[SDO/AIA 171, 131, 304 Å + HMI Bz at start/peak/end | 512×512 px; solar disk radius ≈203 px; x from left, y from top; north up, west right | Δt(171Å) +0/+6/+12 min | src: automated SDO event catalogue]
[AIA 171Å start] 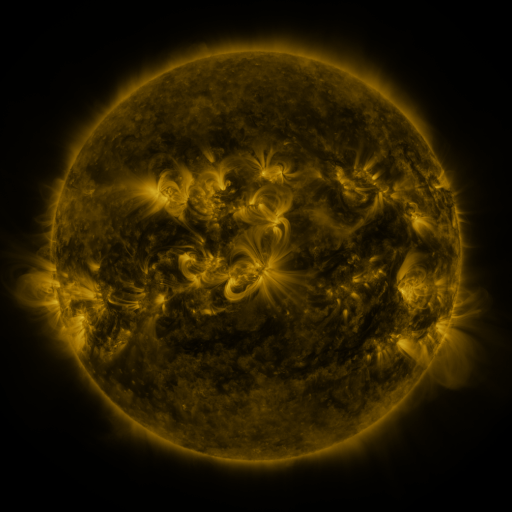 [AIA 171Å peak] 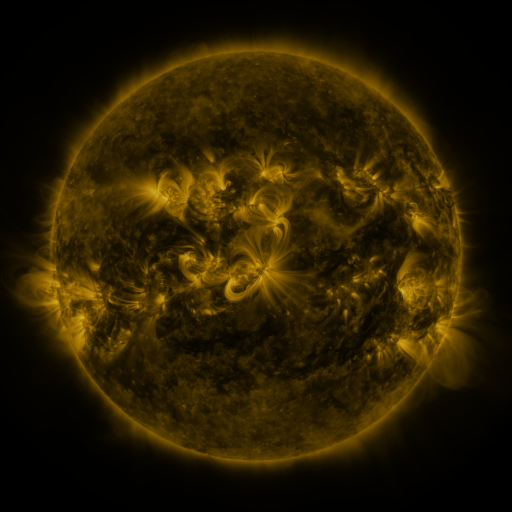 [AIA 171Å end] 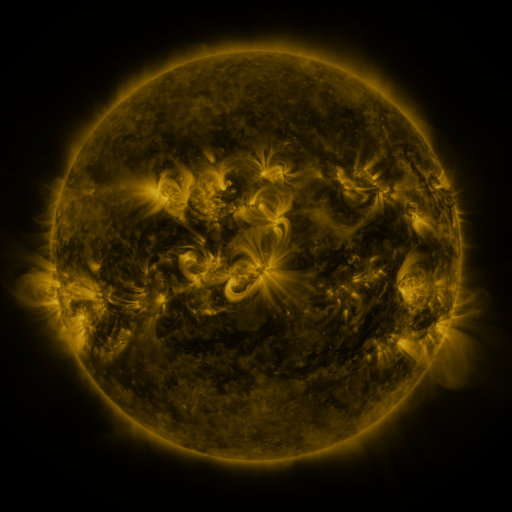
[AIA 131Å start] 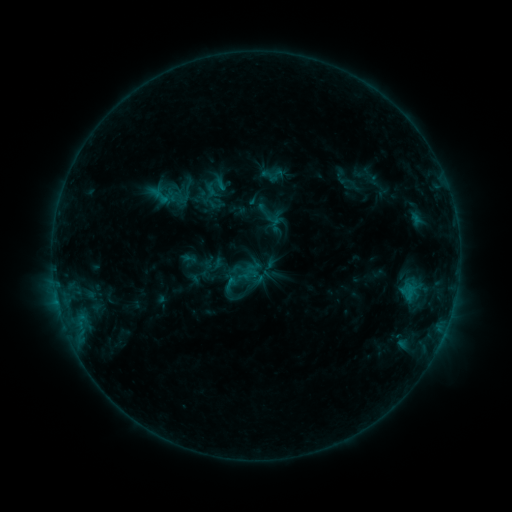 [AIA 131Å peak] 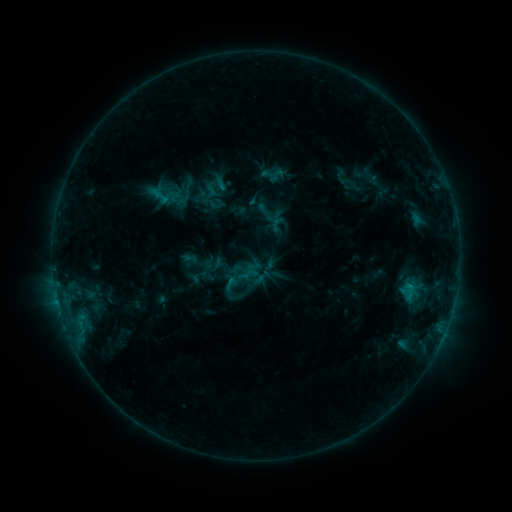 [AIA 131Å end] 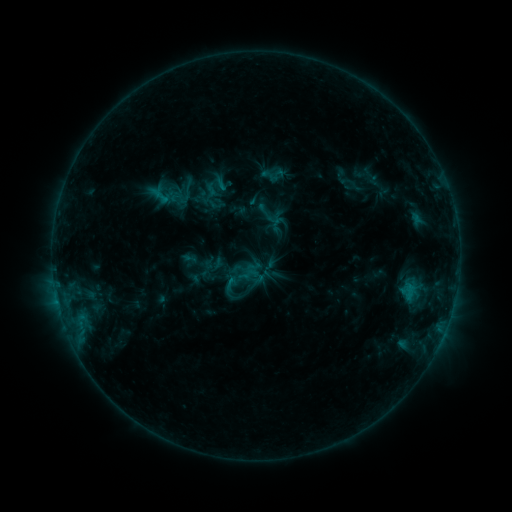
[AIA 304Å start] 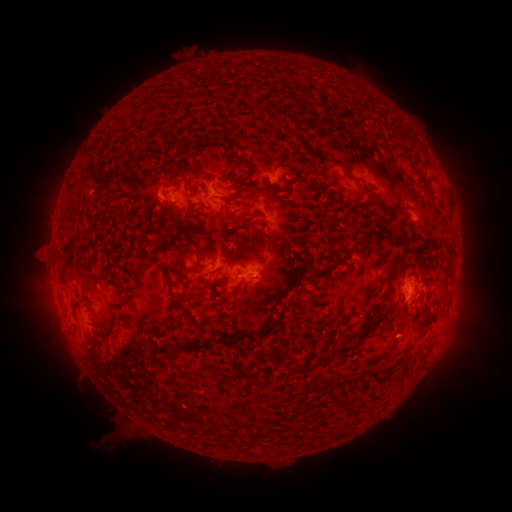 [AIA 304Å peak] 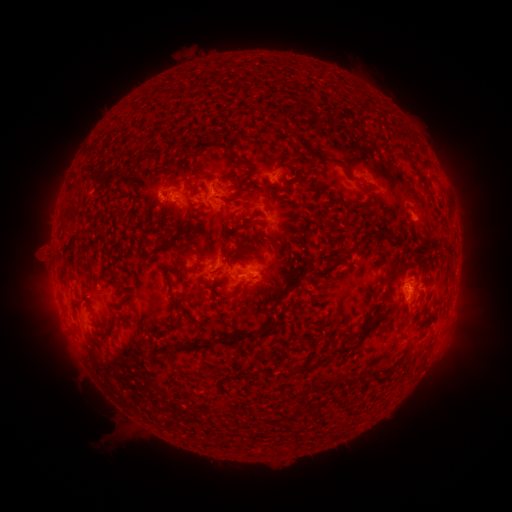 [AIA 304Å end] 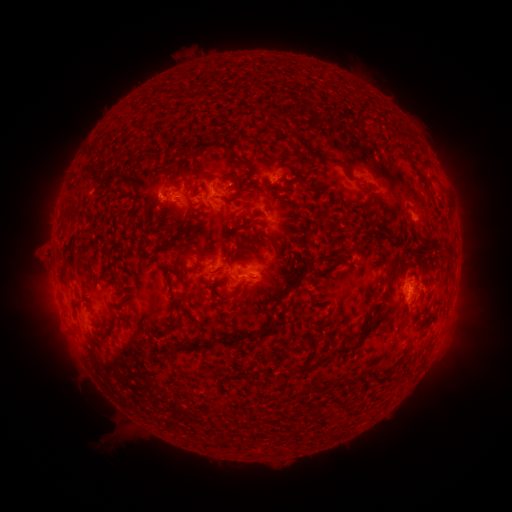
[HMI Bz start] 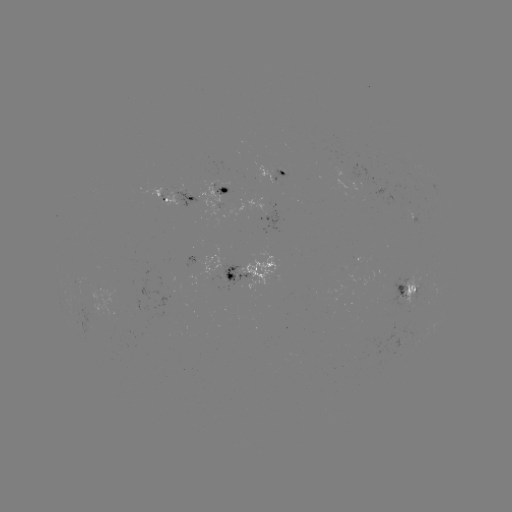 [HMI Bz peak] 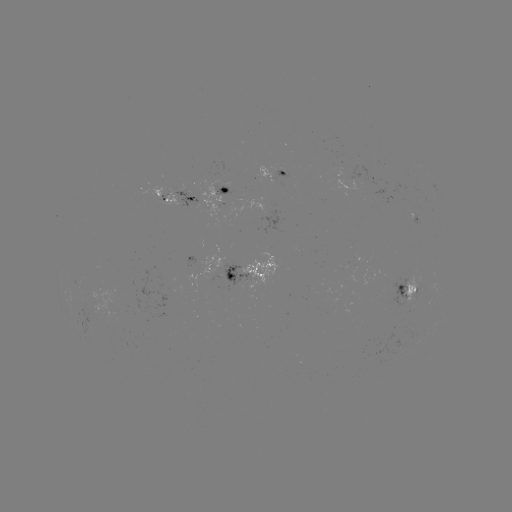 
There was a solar flare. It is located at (410, 284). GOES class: B5.2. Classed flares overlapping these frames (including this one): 1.